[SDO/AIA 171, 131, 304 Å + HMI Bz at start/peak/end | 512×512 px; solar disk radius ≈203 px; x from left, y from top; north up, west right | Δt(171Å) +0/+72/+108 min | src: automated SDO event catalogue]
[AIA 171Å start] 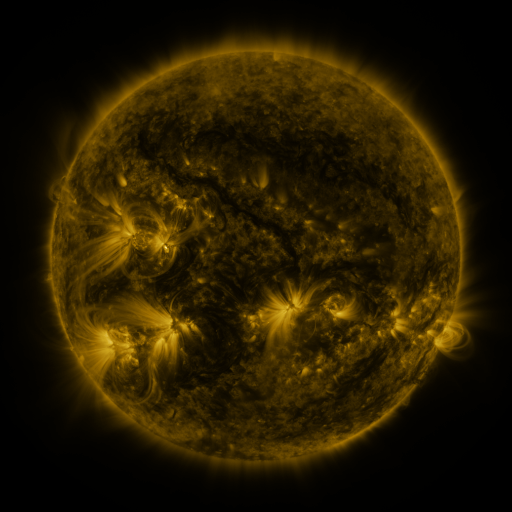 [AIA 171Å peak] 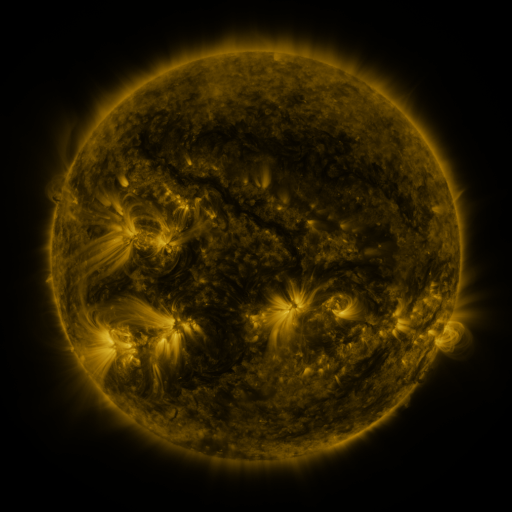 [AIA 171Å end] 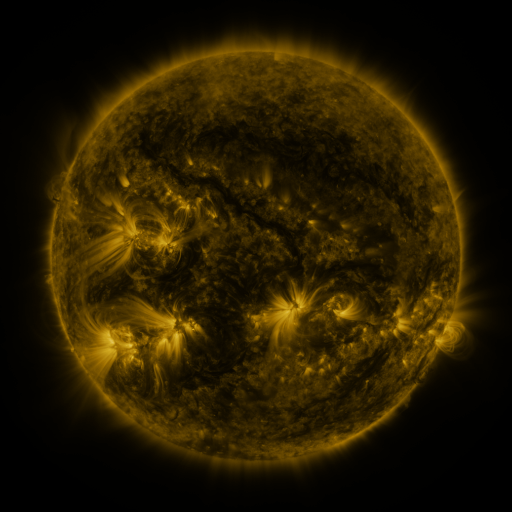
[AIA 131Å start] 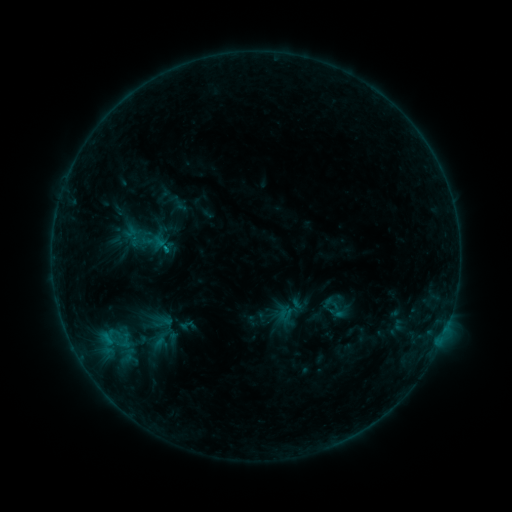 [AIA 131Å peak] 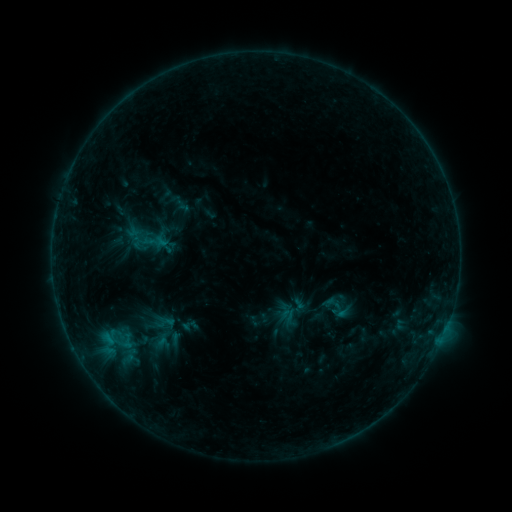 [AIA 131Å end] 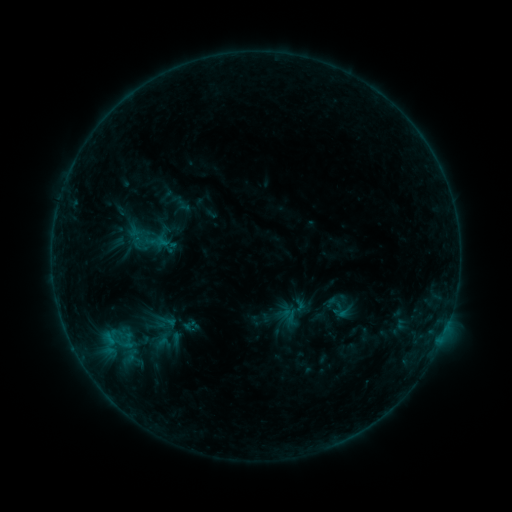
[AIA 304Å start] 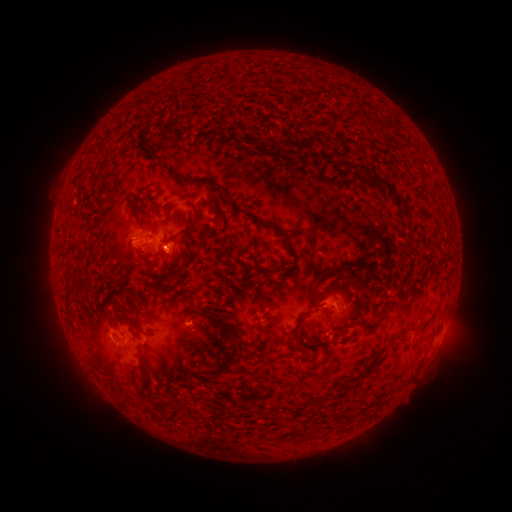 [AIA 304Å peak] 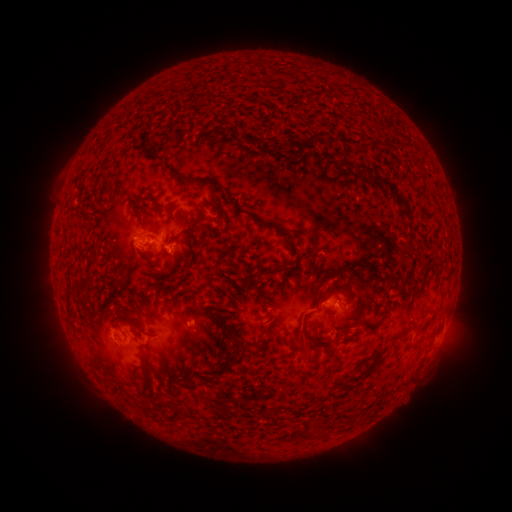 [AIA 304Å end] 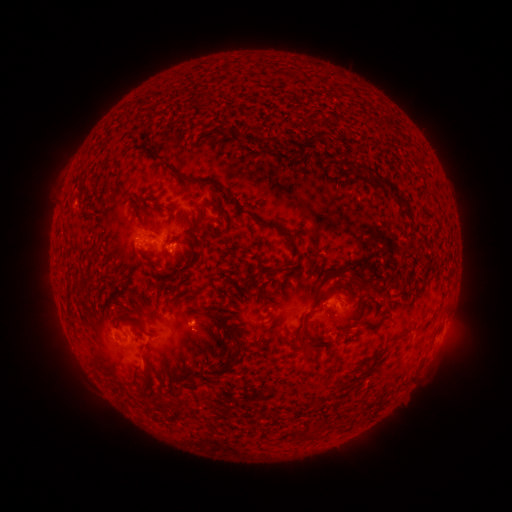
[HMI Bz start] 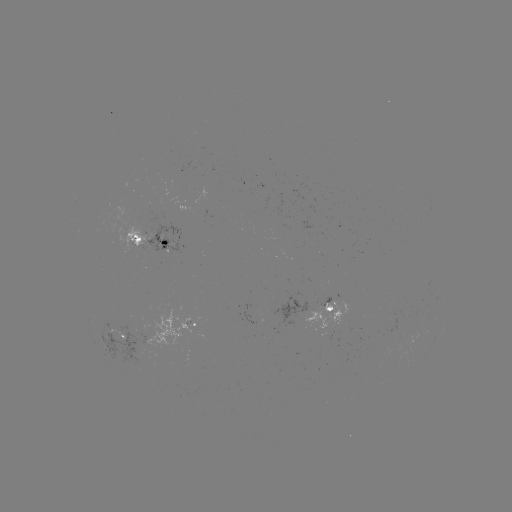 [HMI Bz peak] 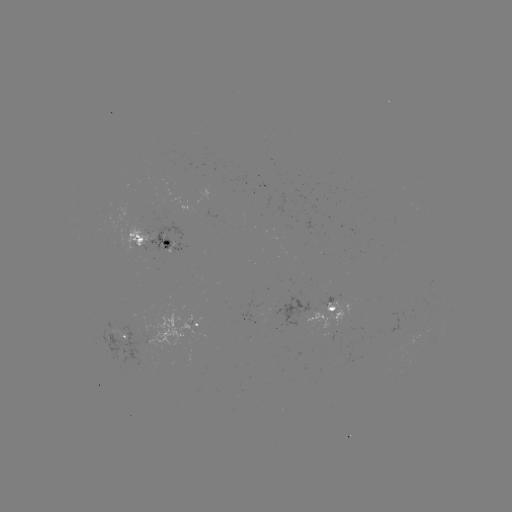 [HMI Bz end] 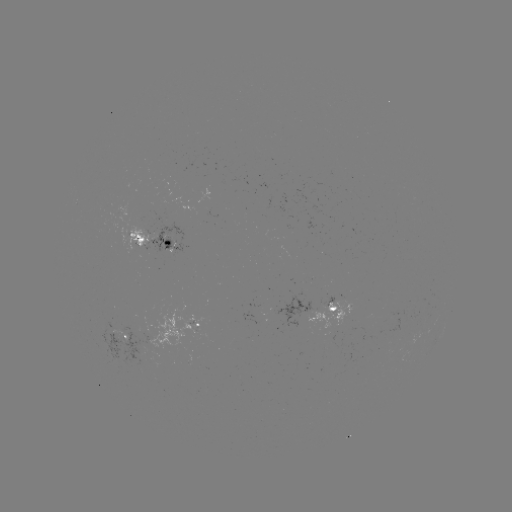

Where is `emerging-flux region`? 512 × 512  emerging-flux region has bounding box [264, 295, 308, 332].